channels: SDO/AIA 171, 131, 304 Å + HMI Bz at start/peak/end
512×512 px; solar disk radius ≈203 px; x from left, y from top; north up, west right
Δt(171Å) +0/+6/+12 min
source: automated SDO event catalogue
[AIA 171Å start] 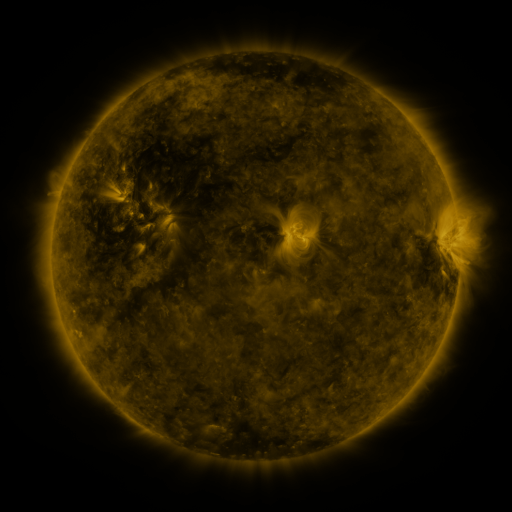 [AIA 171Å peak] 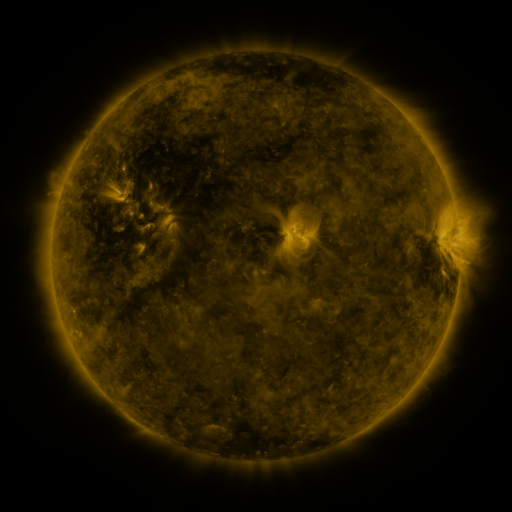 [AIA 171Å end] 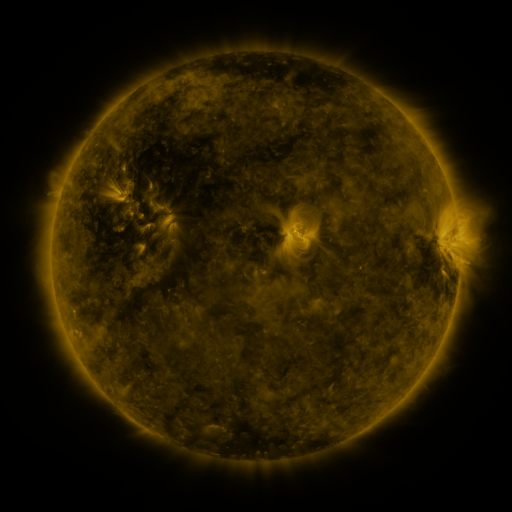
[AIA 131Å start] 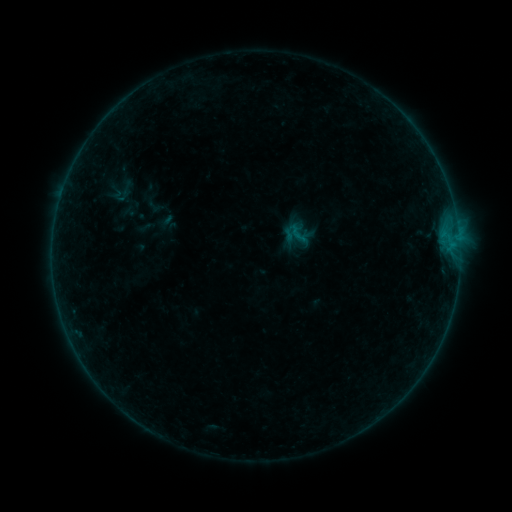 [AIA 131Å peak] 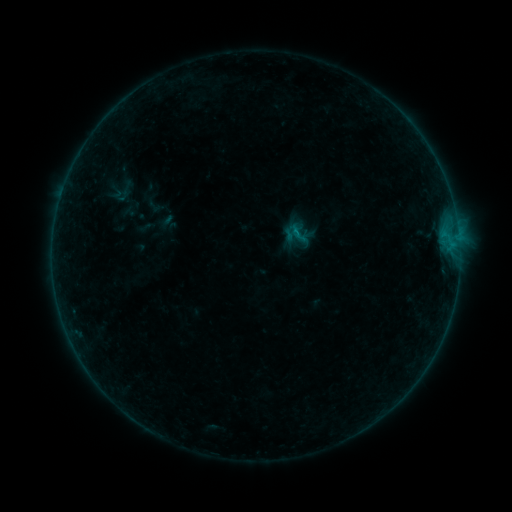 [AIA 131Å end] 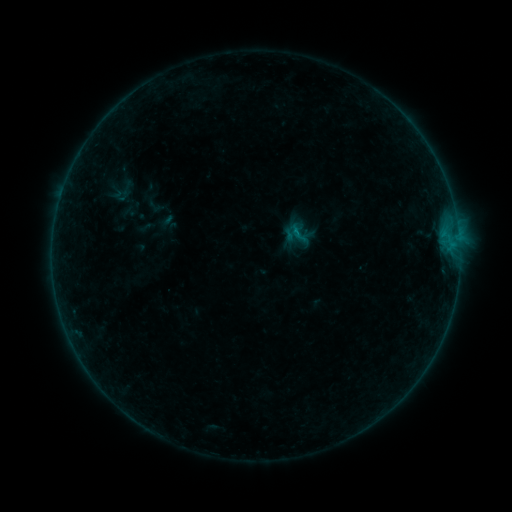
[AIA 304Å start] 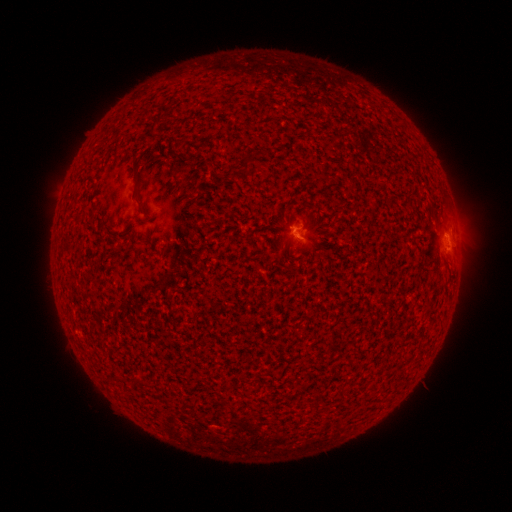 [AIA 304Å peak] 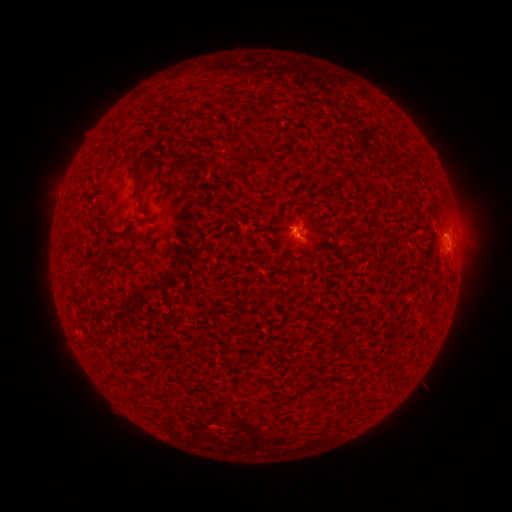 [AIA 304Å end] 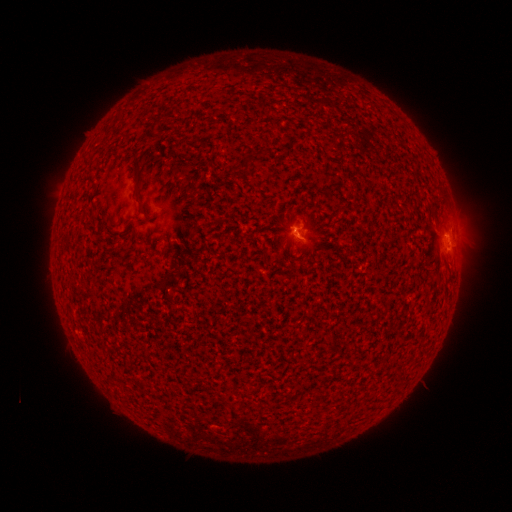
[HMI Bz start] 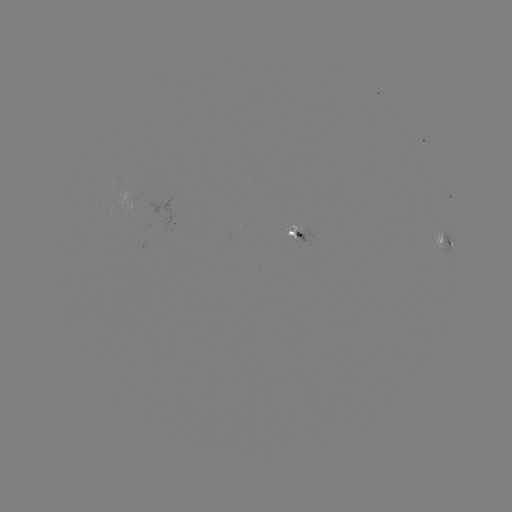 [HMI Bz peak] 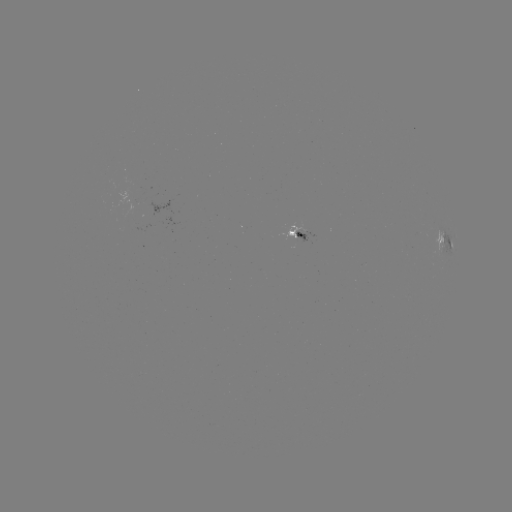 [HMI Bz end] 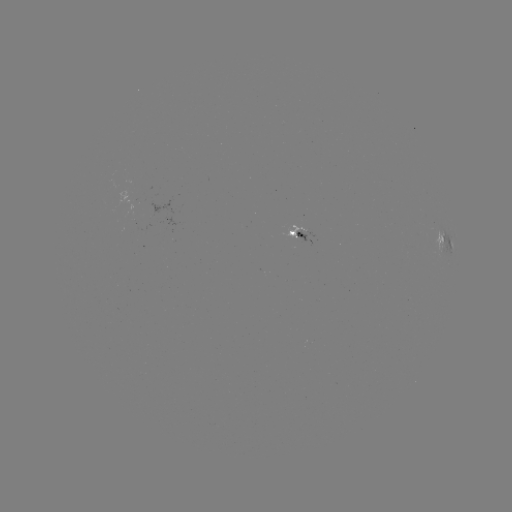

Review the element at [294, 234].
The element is B1.8 flare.